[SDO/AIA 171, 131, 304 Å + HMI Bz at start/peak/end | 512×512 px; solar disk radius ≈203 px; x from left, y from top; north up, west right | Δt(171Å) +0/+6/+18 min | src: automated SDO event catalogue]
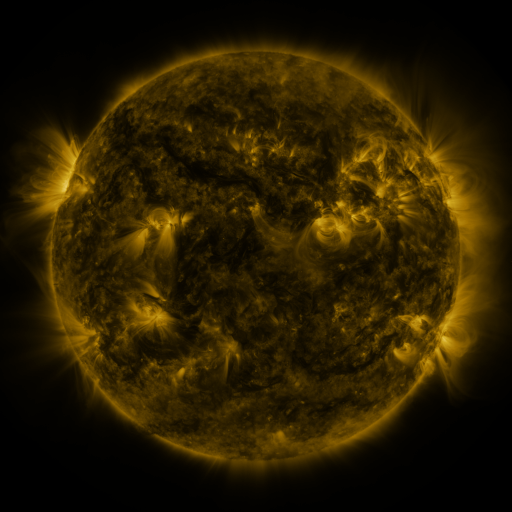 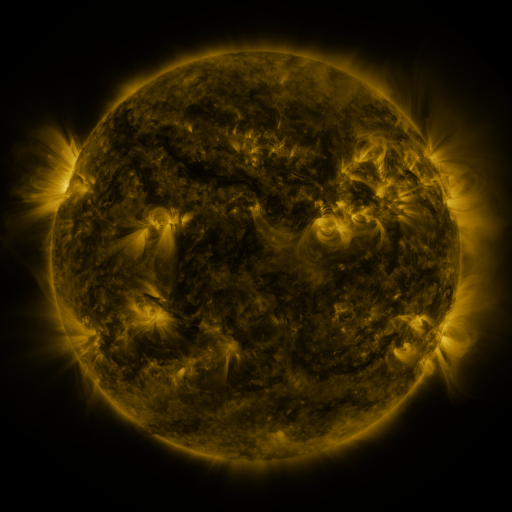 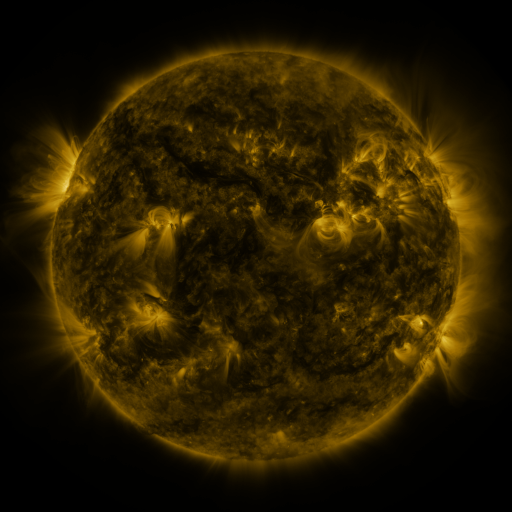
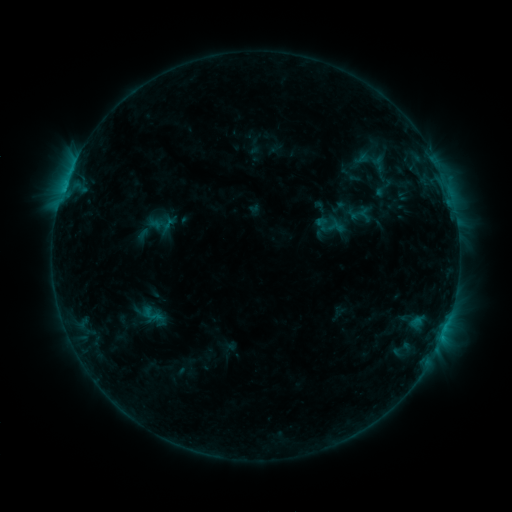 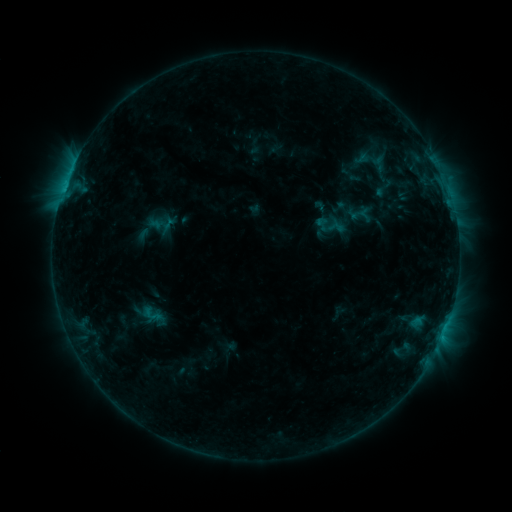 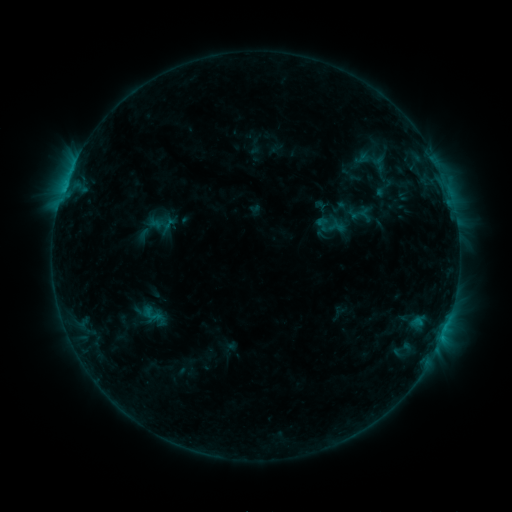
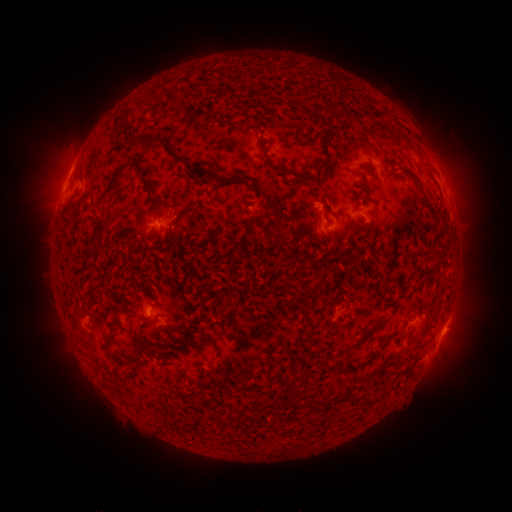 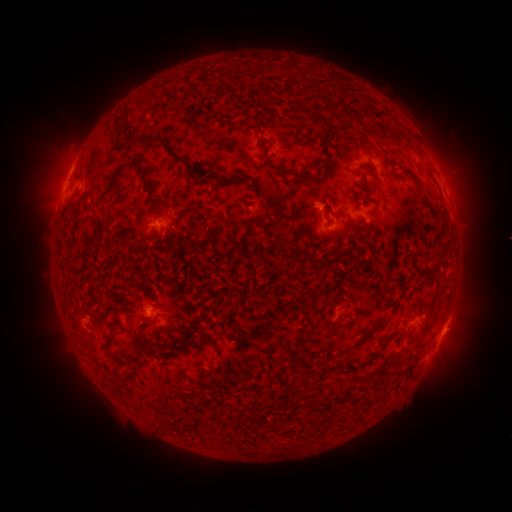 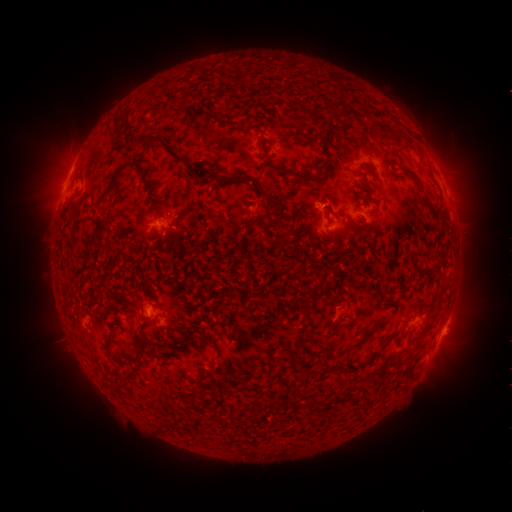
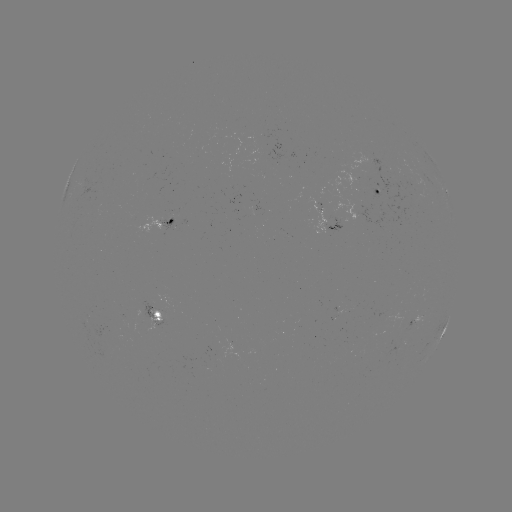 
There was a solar eruption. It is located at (53, 171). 